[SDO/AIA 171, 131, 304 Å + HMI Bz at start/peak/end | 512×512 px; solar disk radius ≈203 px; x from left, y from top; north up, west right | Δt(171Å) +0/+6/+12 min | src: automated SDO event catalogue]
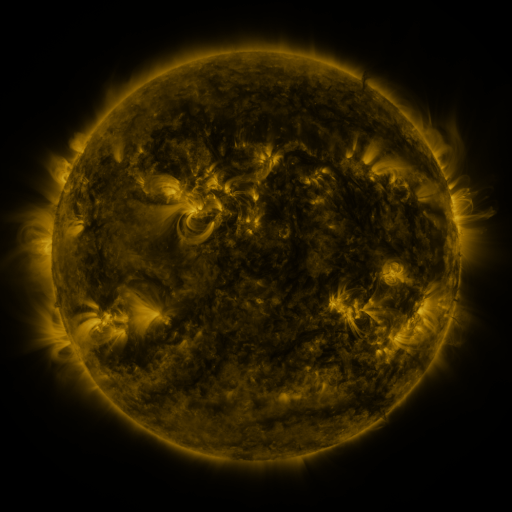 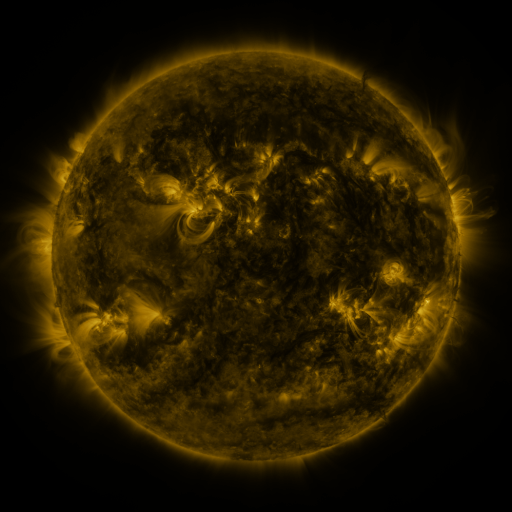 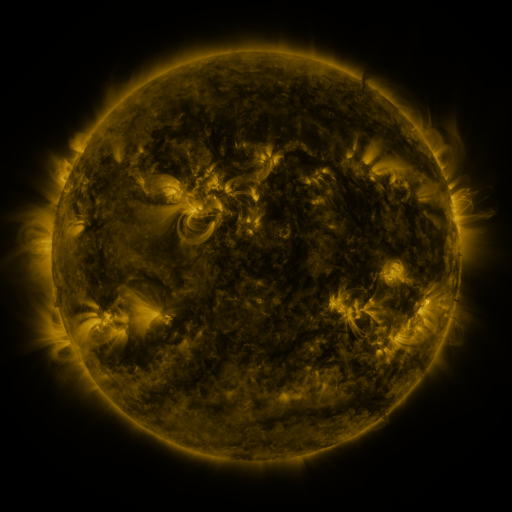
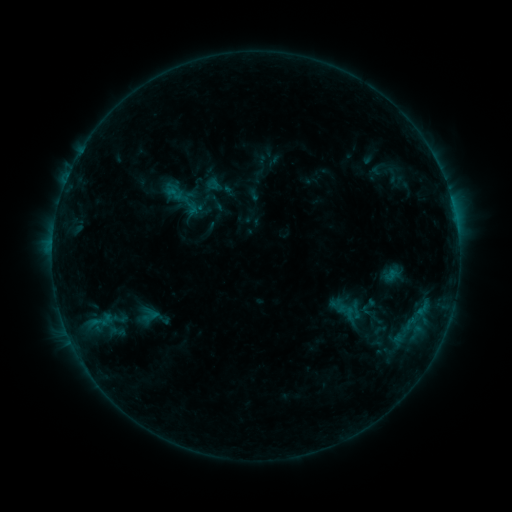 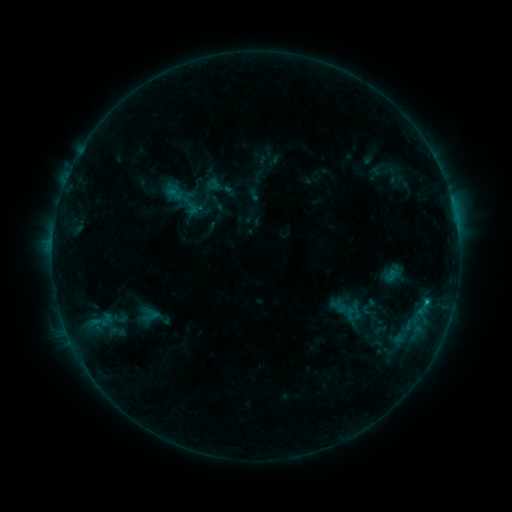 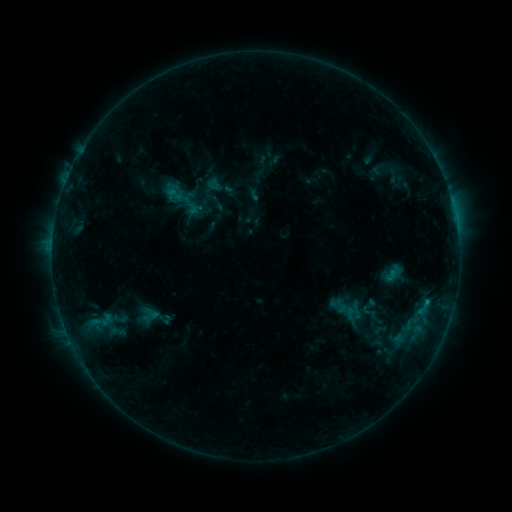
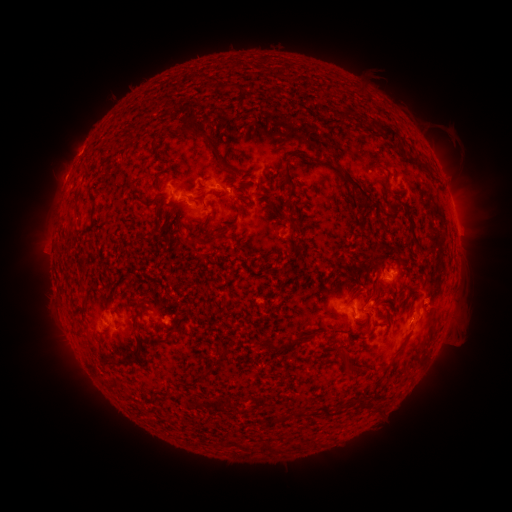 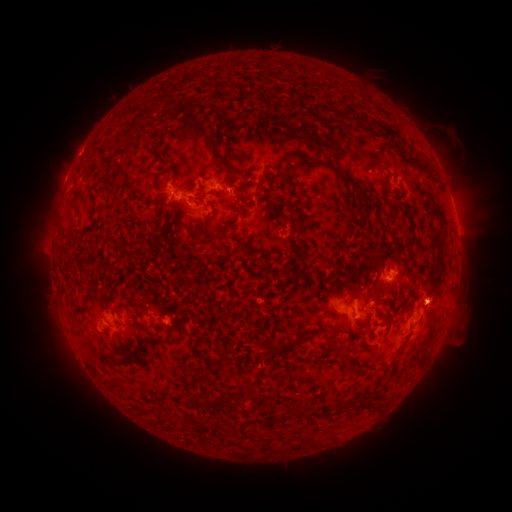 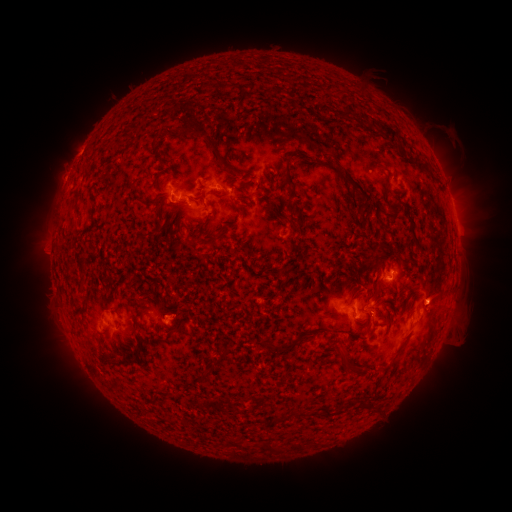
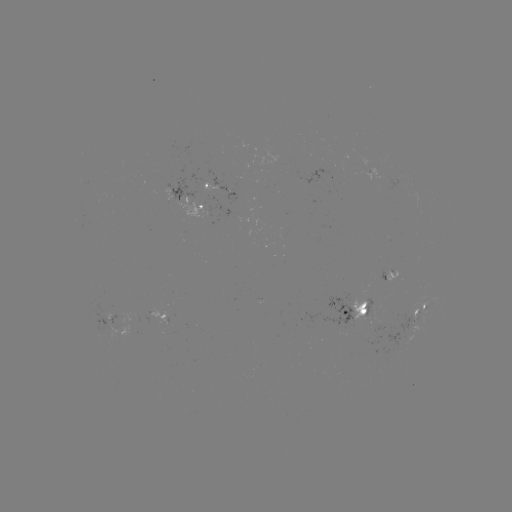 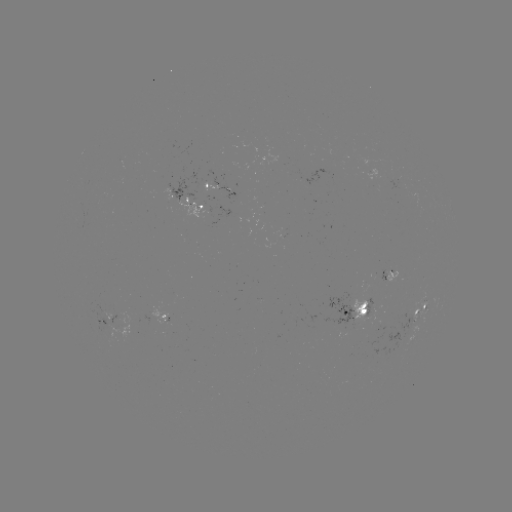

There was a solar flare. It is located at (427, 299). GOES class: B7.8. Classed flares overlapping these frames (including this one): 1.